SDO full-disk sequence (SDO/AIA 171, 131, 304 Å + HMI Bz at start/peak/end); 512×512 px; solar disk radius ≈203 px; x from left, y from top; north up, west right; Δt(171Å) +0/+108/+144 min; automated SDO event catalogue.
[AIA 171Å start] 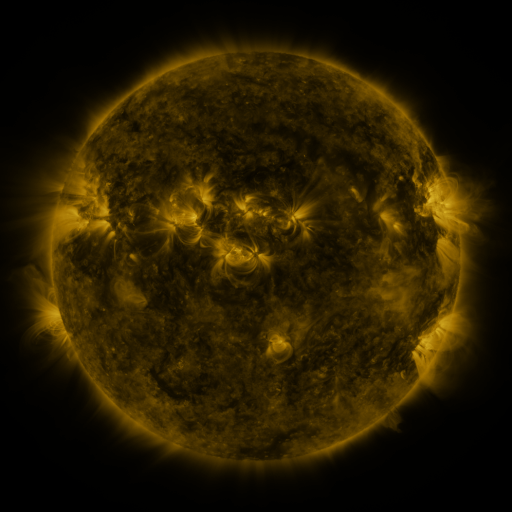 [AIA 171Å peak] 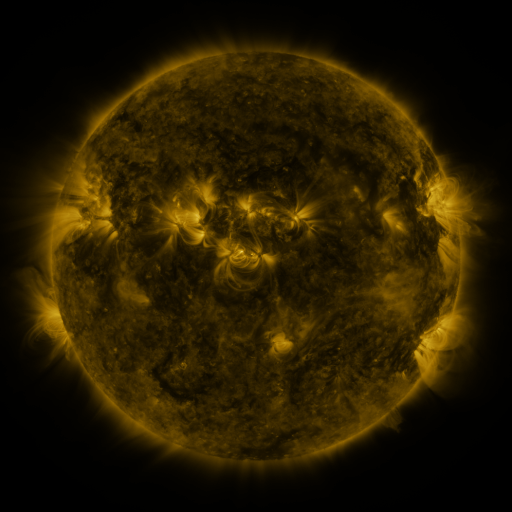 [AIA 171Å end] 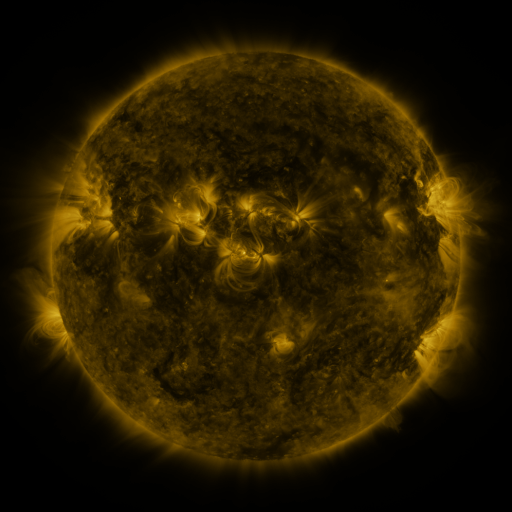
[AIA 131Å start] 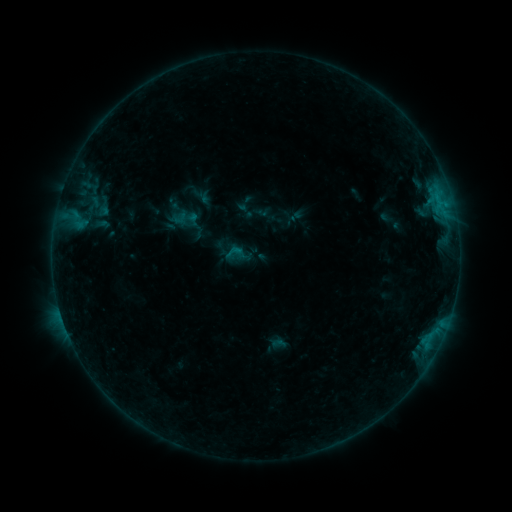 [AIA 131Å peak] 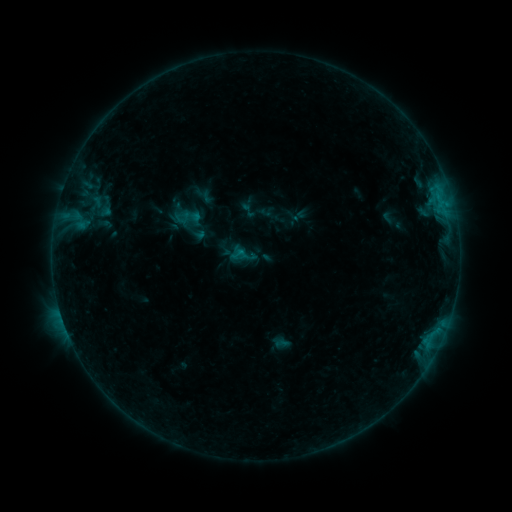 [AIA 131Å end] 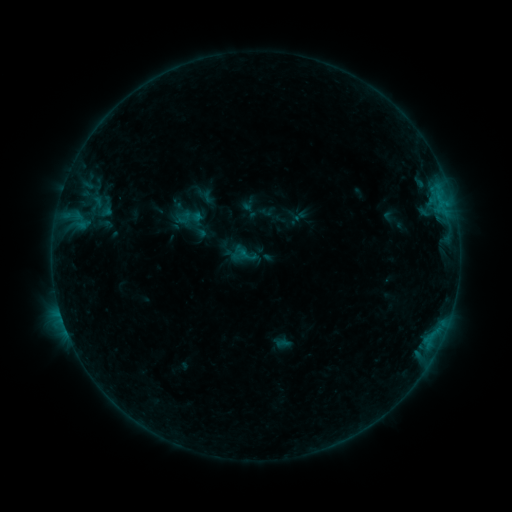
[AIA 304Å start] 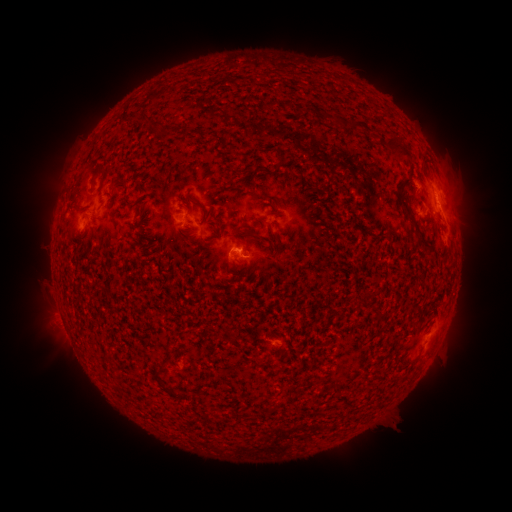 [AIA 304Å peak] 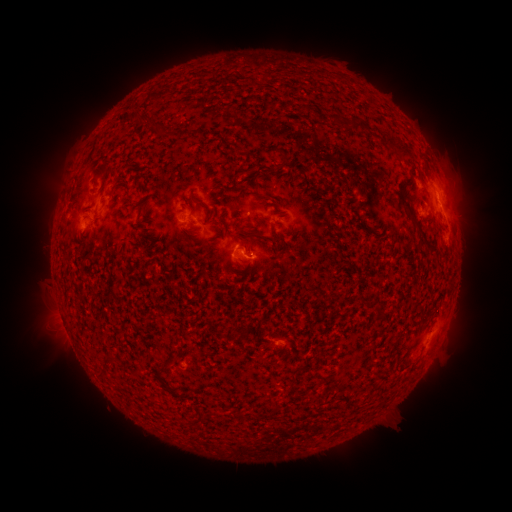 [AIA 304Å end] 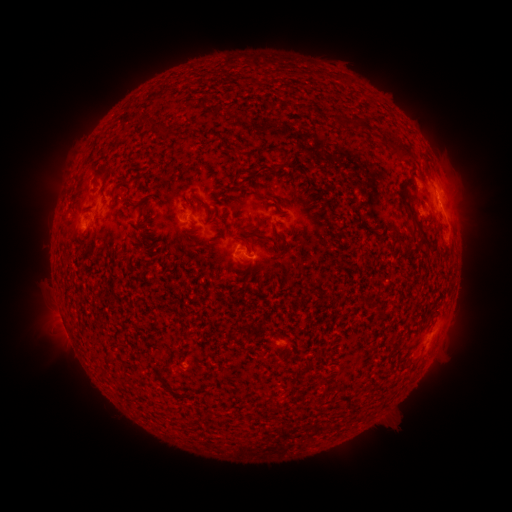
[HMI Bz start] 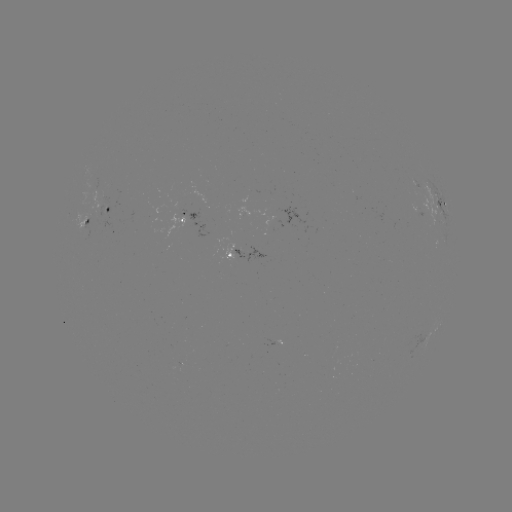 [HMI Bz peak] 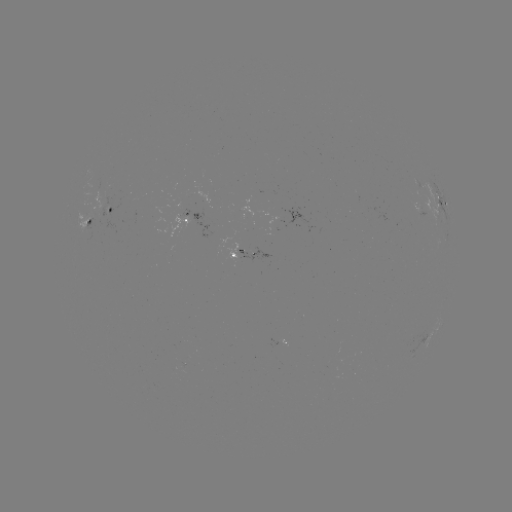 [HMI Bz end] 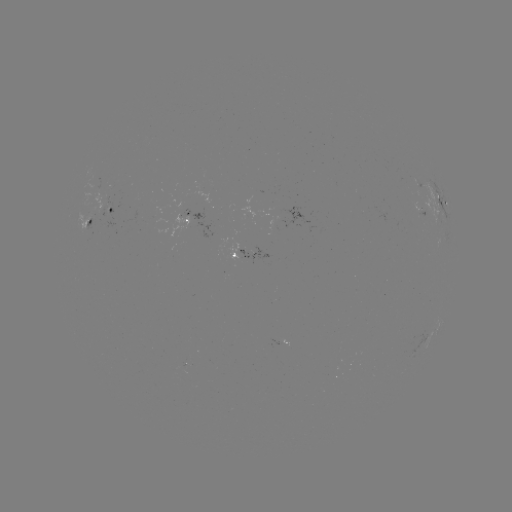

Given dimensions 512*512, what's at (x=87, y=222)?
emerging-flux region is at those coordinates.